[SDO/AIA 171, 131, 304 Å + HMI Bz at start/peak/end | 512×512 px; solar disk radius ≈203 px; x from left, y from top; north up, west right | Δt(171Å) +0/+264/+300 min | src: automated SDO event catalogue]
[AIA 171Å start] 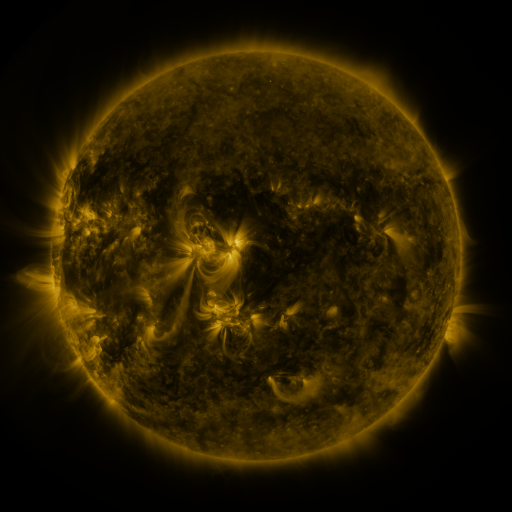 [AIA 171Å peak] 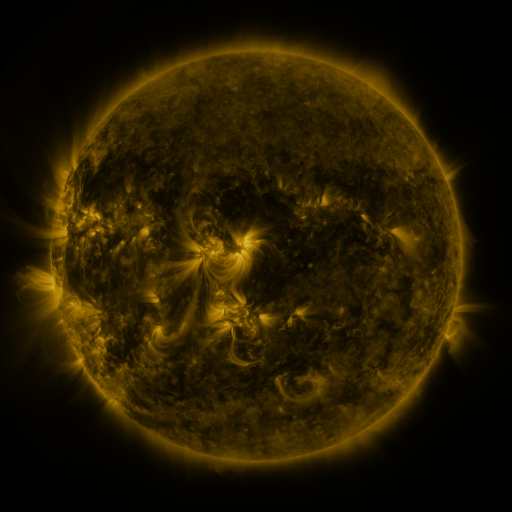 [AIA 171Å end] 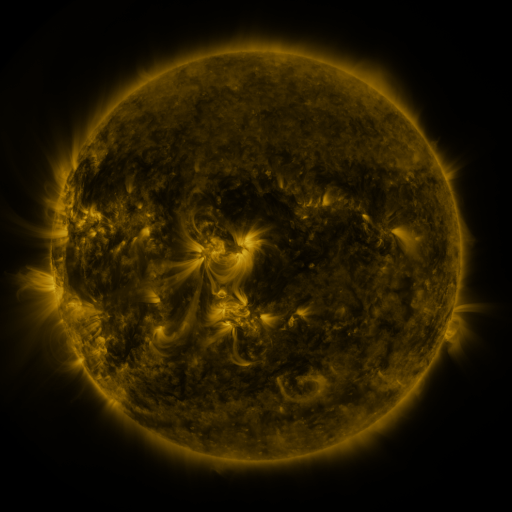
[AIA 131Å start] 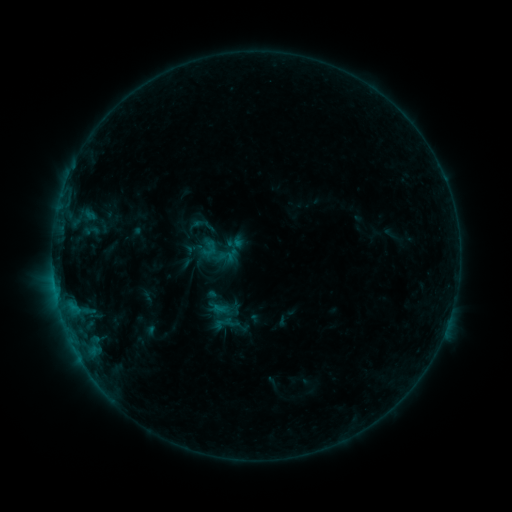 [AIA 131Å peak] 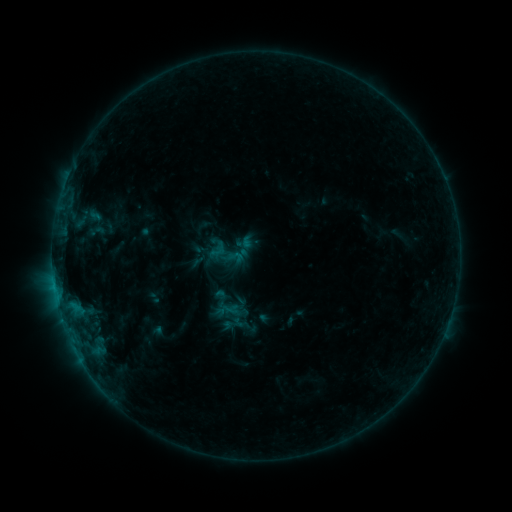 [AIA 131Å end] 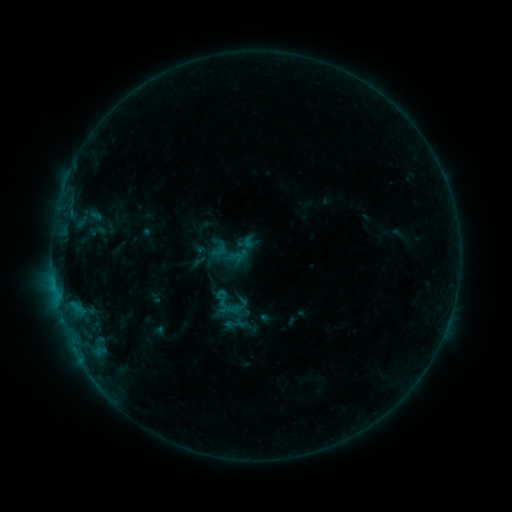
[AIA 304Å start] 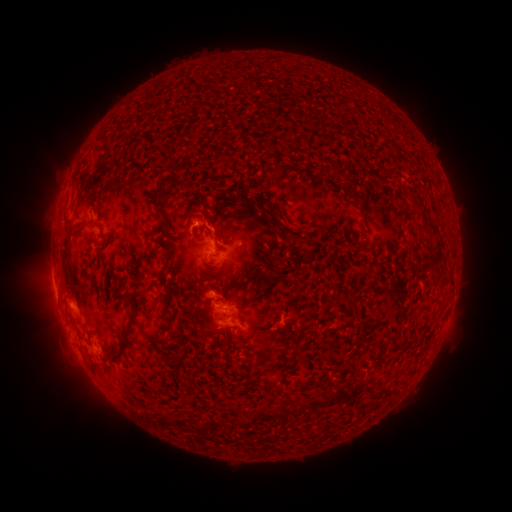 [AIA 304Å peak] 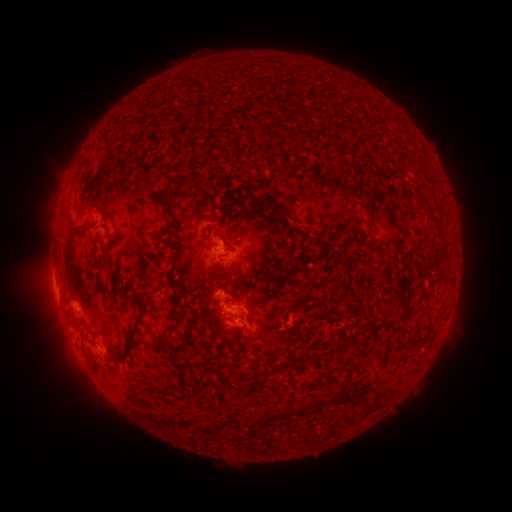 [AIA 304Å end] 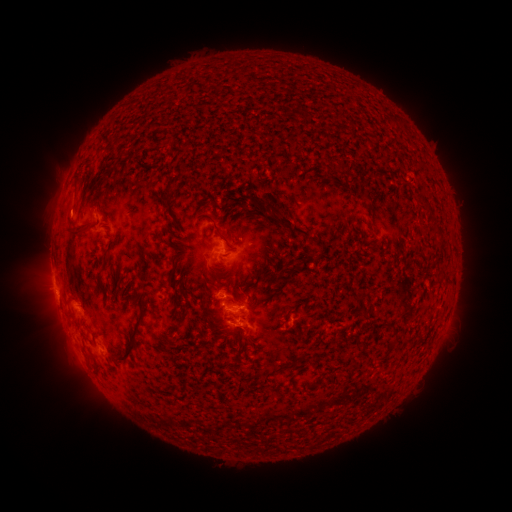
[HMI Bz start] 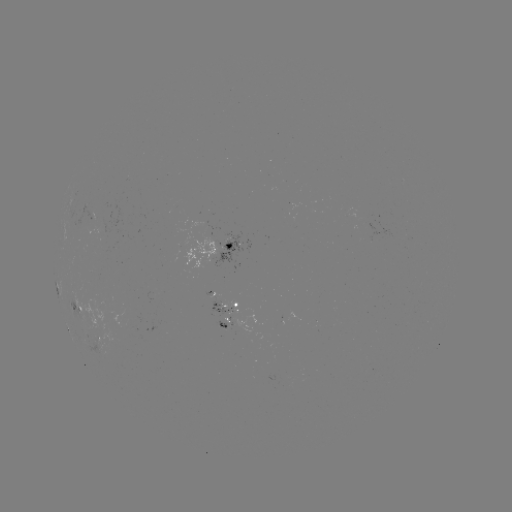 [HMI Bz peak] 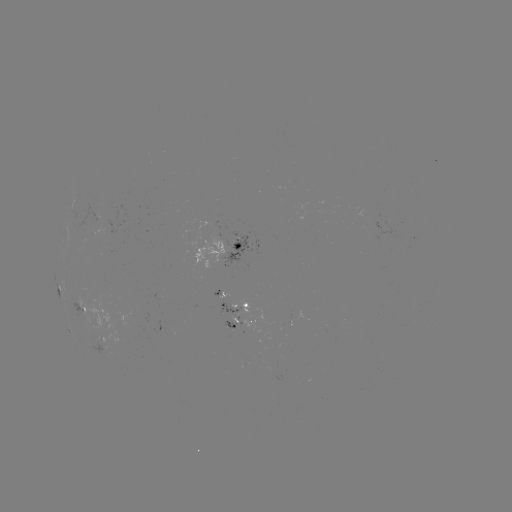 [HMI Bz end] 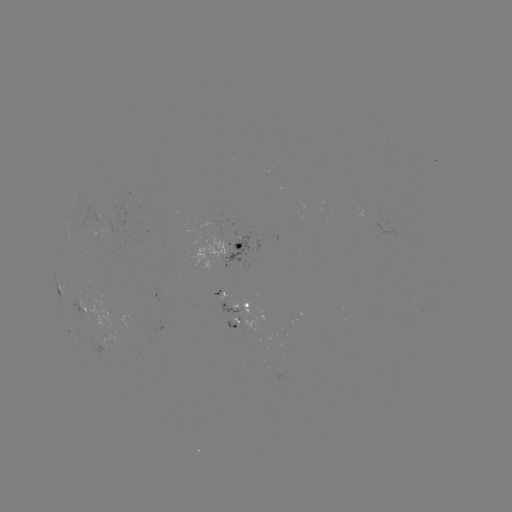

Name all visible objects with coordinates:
emerging-flux region: (221, 292)
